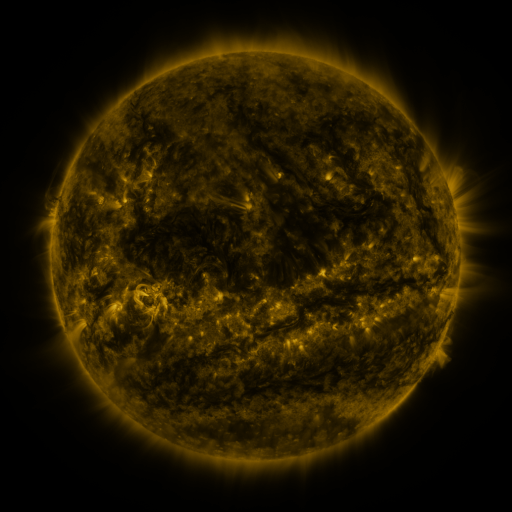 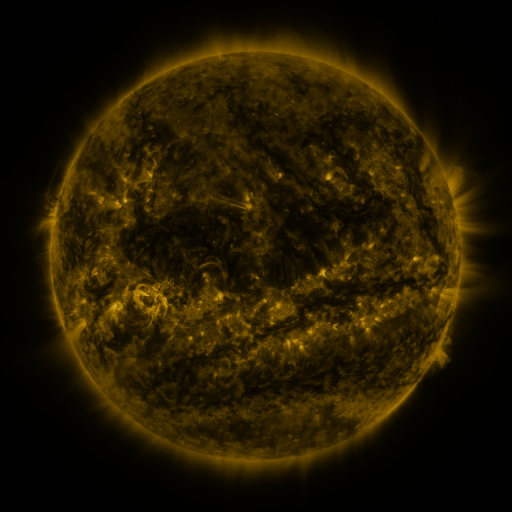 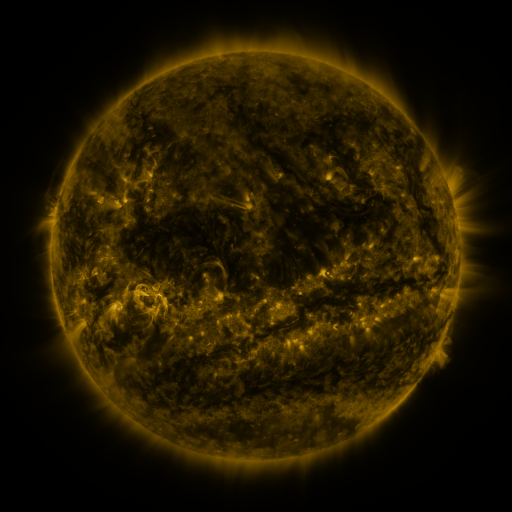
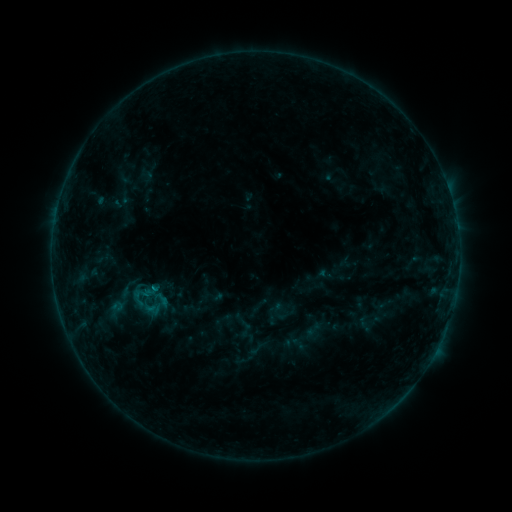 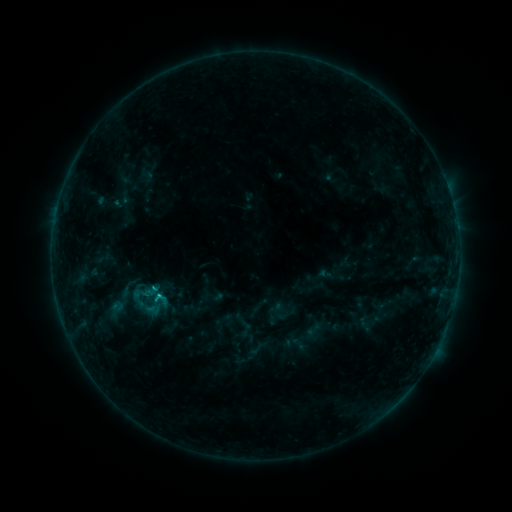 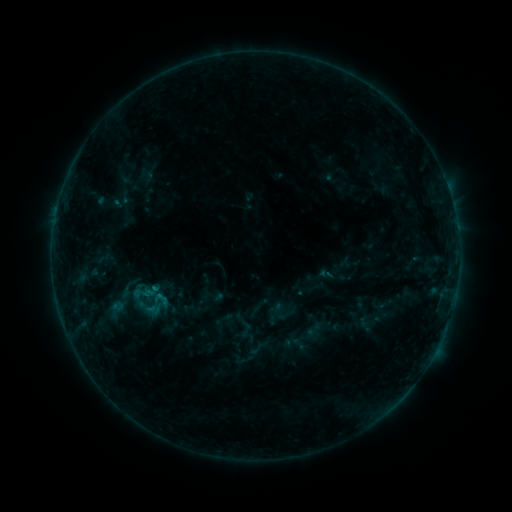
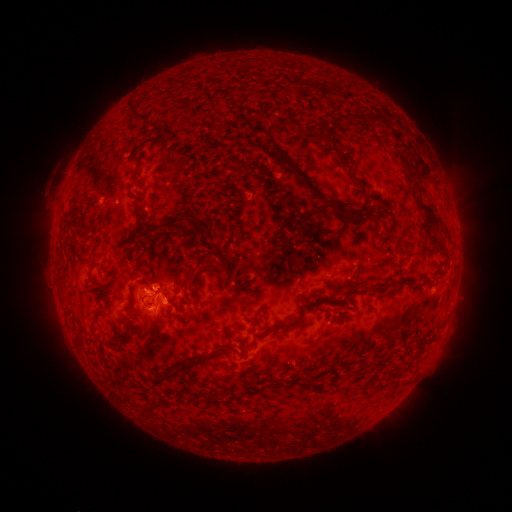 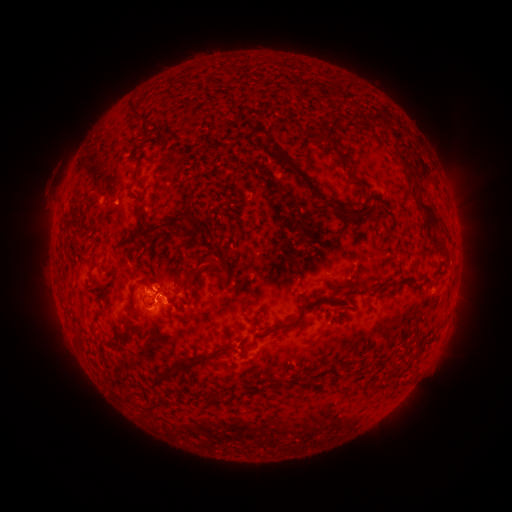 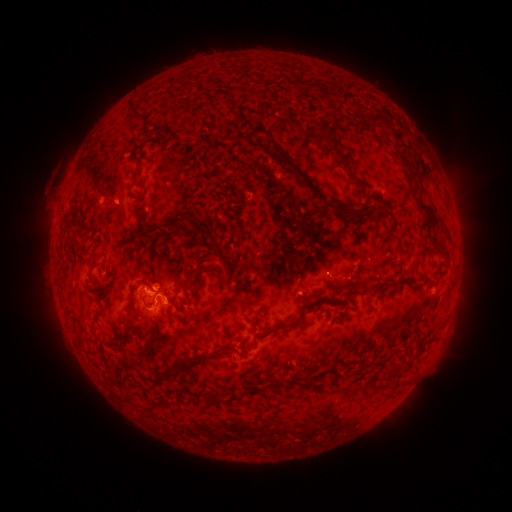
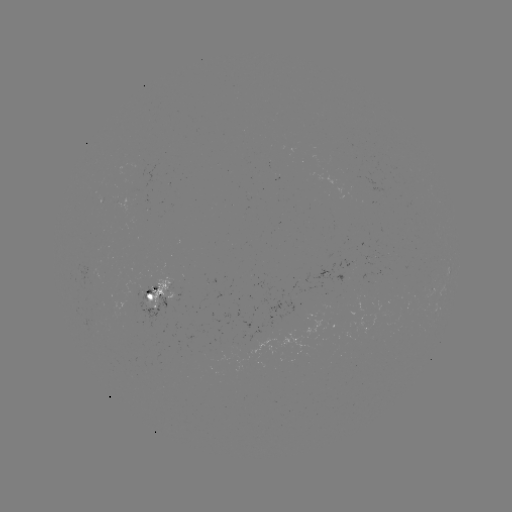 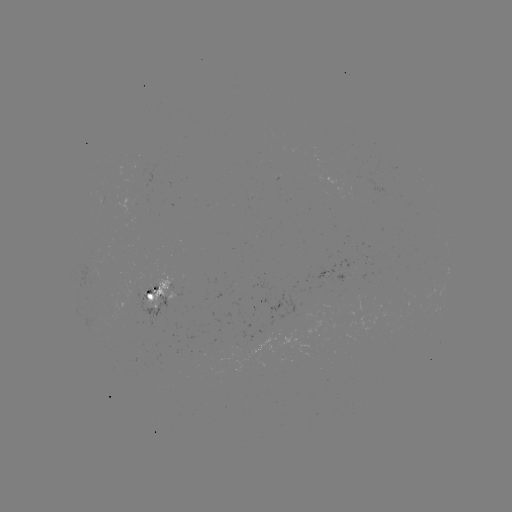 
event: flare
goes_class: B9.4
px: (157, 286)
